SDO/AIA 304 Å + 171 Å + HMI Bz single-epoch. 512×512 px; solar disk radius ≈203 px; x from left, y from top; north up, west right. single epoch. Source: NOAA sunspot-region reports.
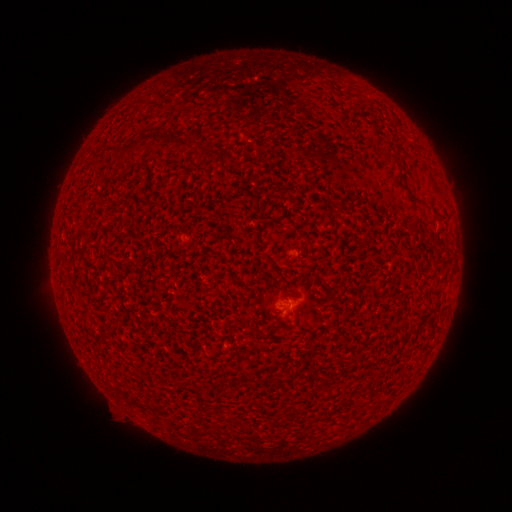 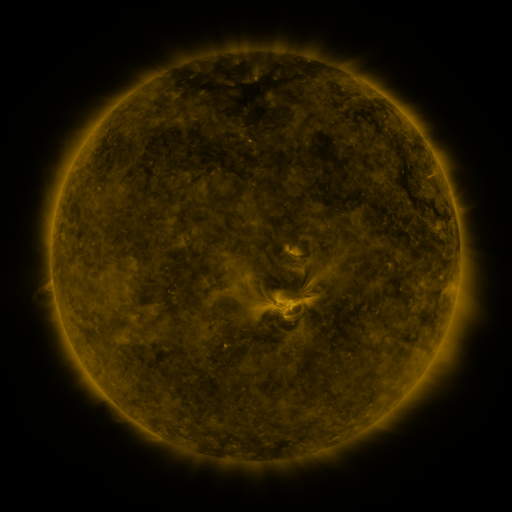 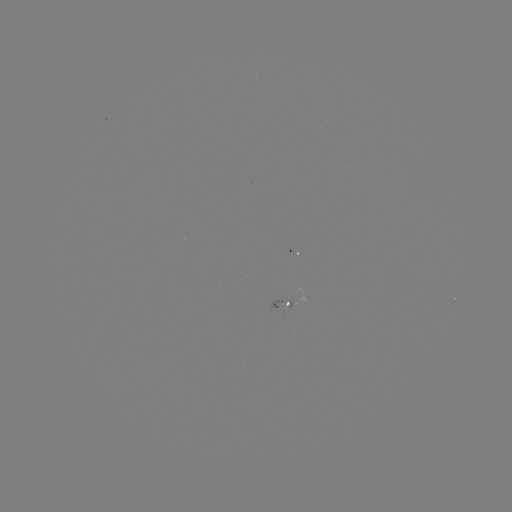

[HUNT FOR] spotted active region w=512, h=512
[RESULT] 284,305